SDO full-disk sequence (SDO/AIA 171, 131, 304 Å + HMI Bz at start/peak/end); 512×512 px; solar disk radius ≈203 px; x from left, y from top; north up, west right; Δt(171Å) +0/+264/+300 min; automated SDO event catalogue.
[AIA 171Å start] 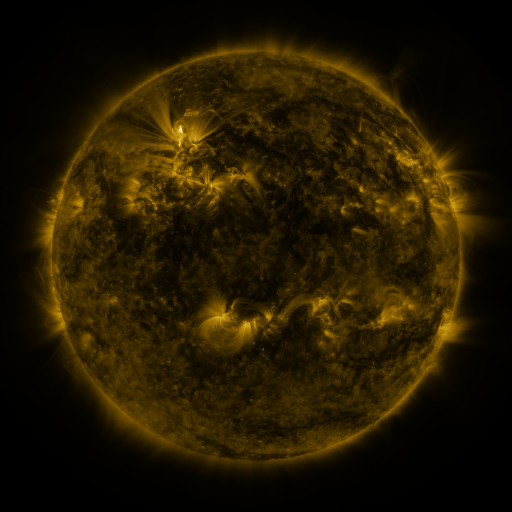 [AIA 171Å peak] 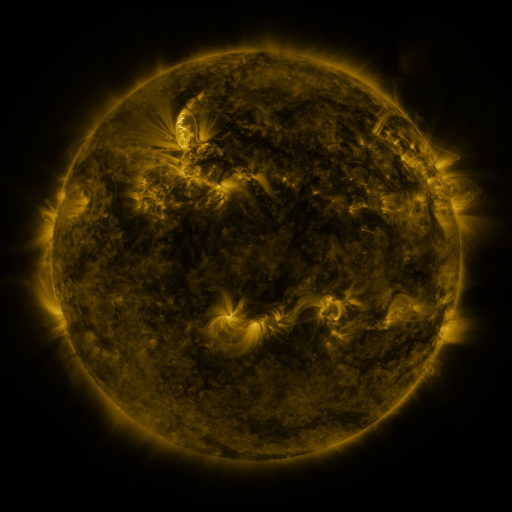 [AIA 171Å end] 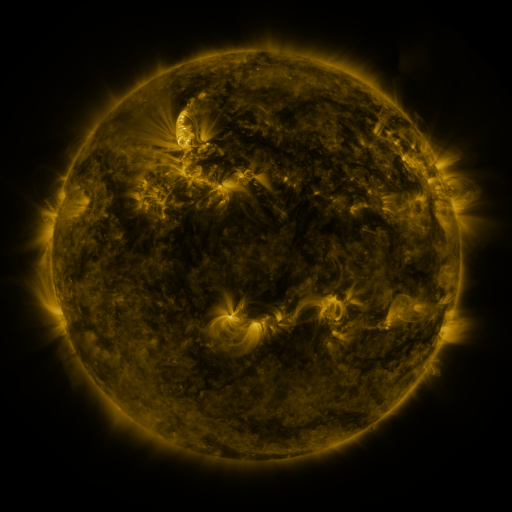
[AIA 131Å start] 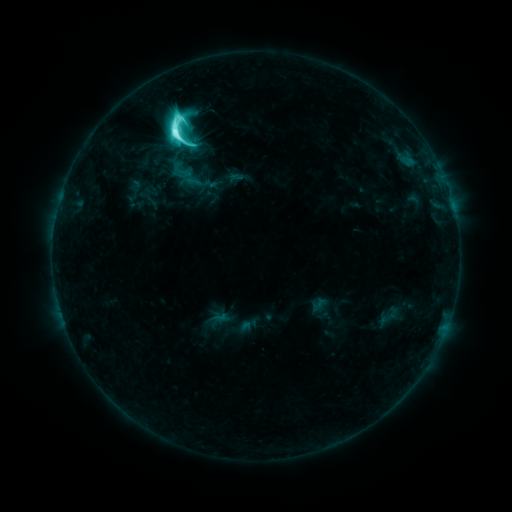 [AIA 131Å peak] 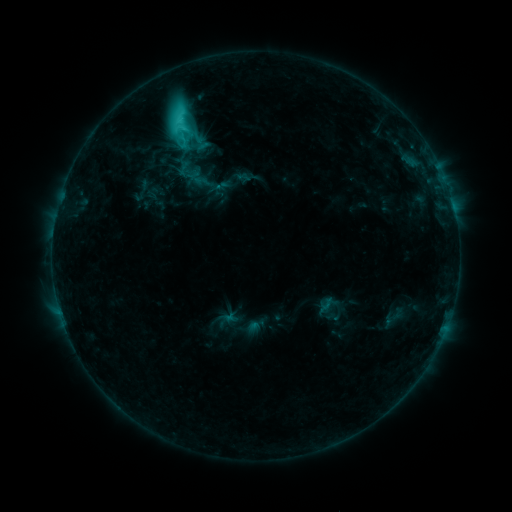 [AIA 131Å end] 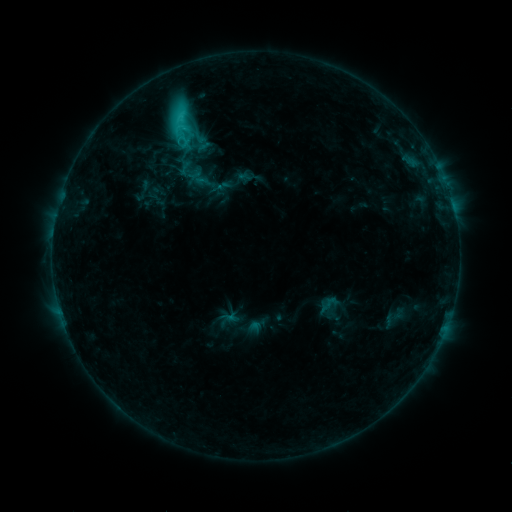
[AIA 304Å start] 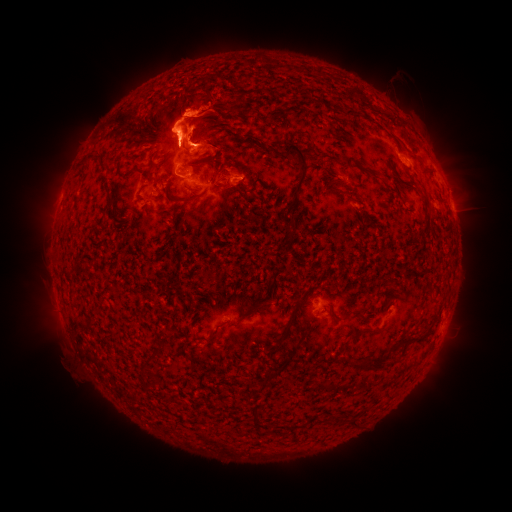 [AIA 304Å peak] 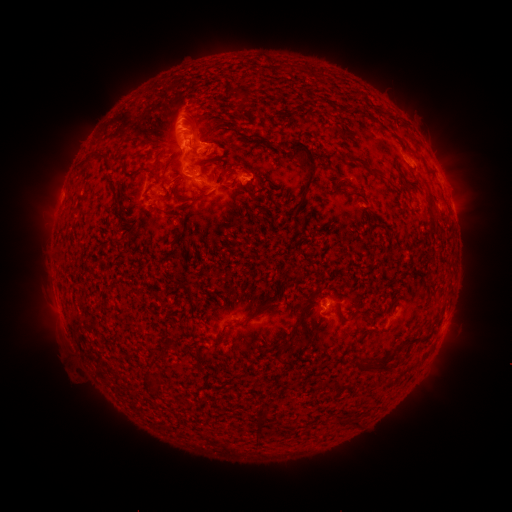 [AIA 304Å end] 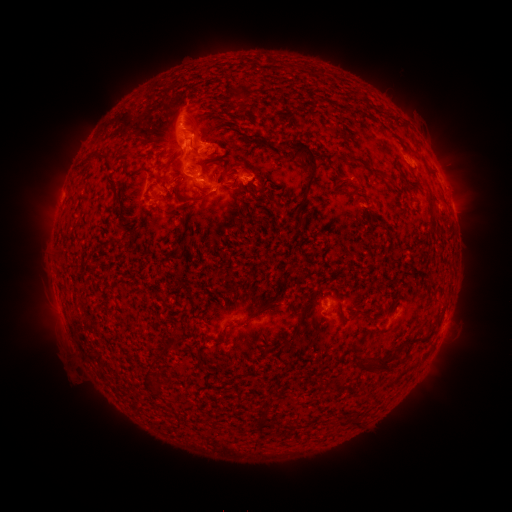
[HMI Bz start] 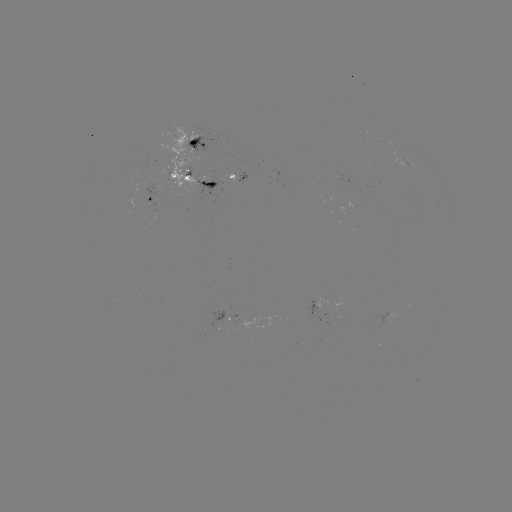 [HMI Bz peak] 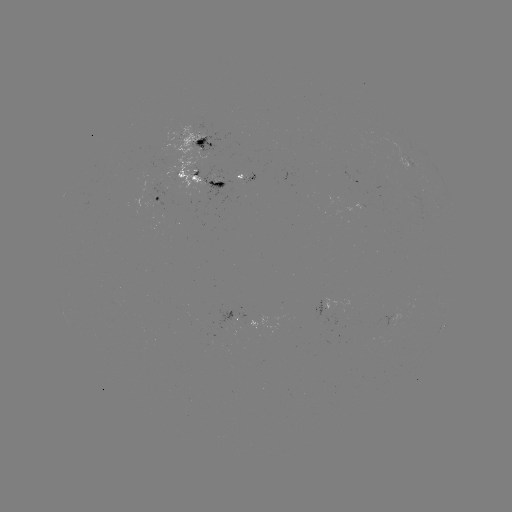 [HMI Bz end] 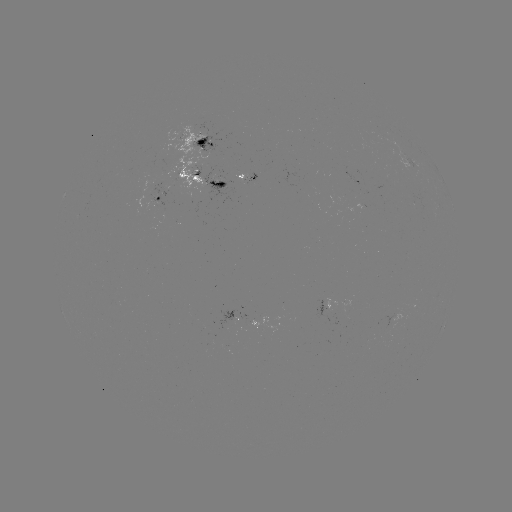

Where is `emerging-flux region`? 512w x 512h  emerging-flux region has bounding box [245, 173, 257, 186].